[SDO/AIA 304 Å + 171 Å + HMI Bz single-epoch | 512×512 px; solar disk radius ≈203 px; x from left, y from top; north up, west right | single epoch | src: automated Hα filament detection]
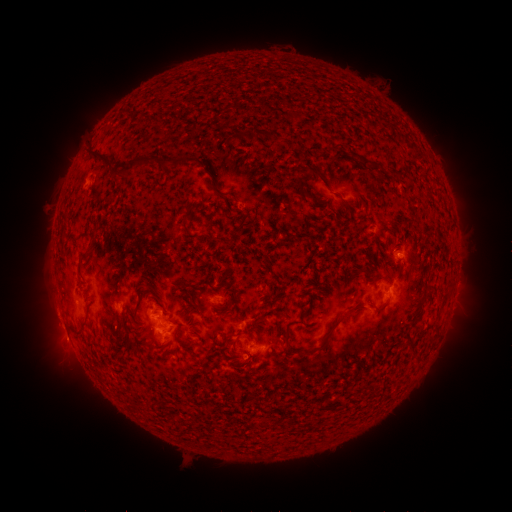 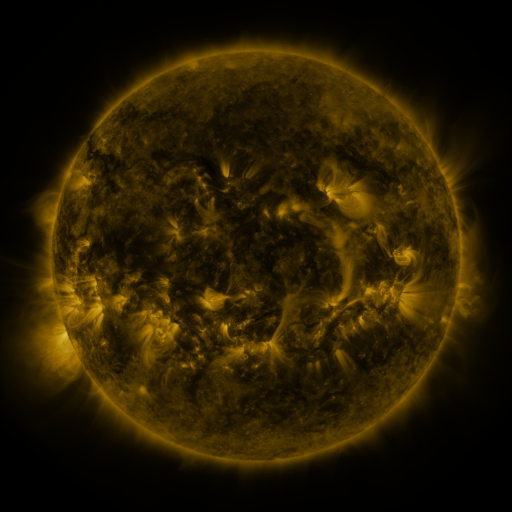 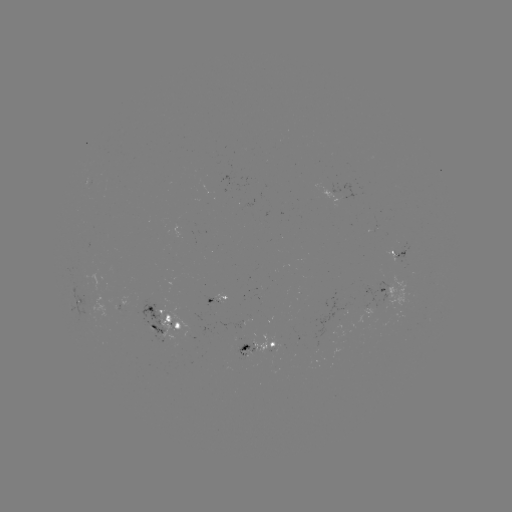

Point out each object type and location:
filament: <bbox>246, 129, 255, 139</bbox>
filament: <bbox>267, 131, 276, 144</bbox>
filament: <bbox>88, 145, 114, 167</bbox>
filament: <bbox>119, 155, 199, 175</bbox>
filament: <bbox>359, 156, 379, 169</bbox>
filament: <bbox>311, 168, 325, 181</bbox>
filament: <bbox>340, 200, 349, 208</bbox>
filament: <bbox>183, 223, 191, 235</bbox>
filament: <bbox>77, 258, 83, 271</bbox>
filament: <bbox>136, 282, 150, 298</bbox>
filament: <bbox>373, 303, 387, 313</bbox>
filament: <bbox>348, 305, 366, 313</bbox>
filament: <bbox>216, 306, 231, 316</bbox>
filament: <bbox>163, 312, 171, 322</bbox>
filament: <bbox>329, 317, 343, 331</bbox>
filament: <bbox>282, 330, 289, 343</bbox>
filament: <bbox>235, 331, 246, 340</bbox>
filament: <bbox>297, 342, 326, 357</bbox>
filament: <bbox>239, 344, 249, 352</bbox>
